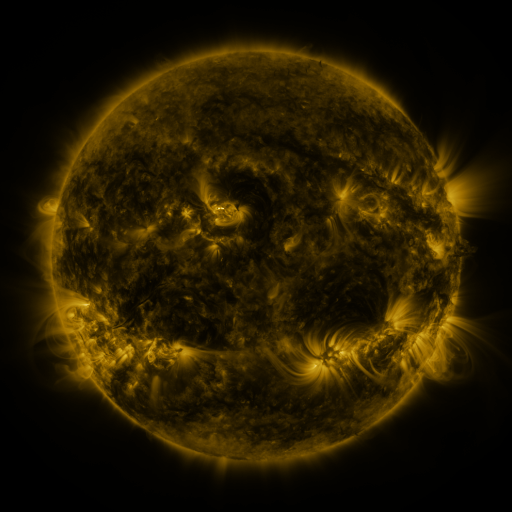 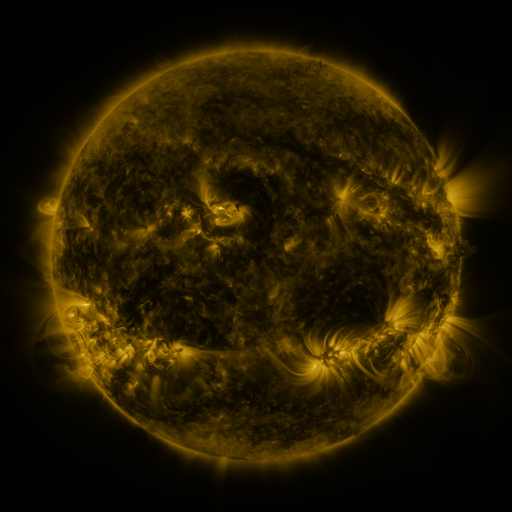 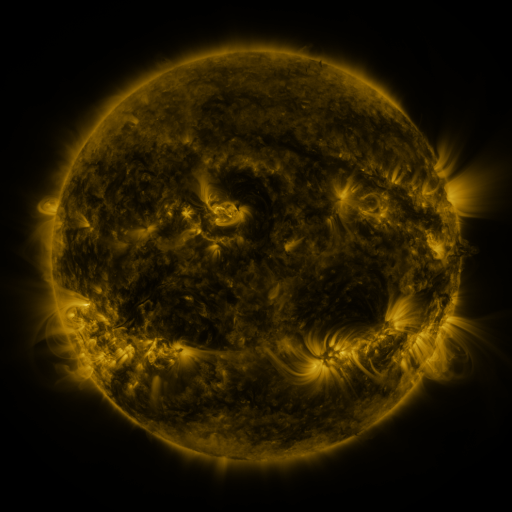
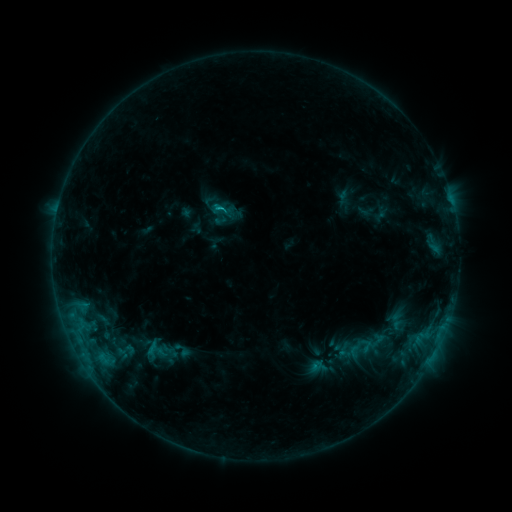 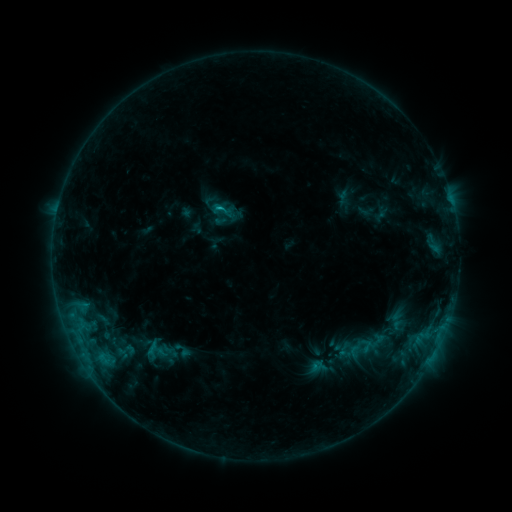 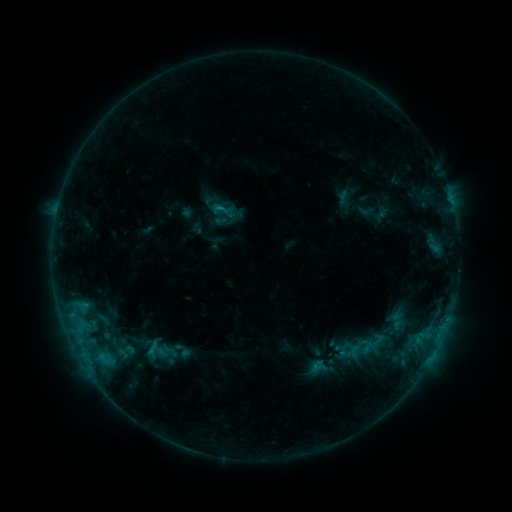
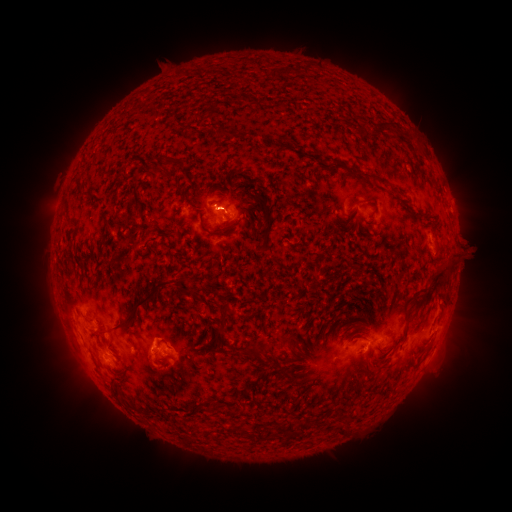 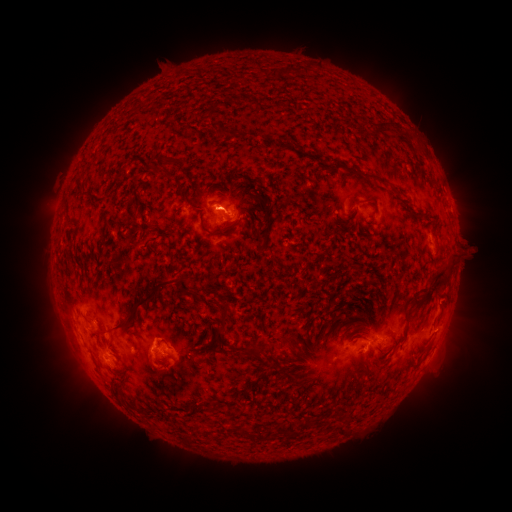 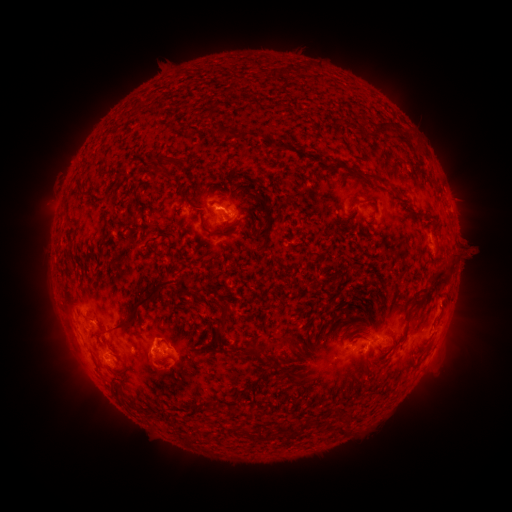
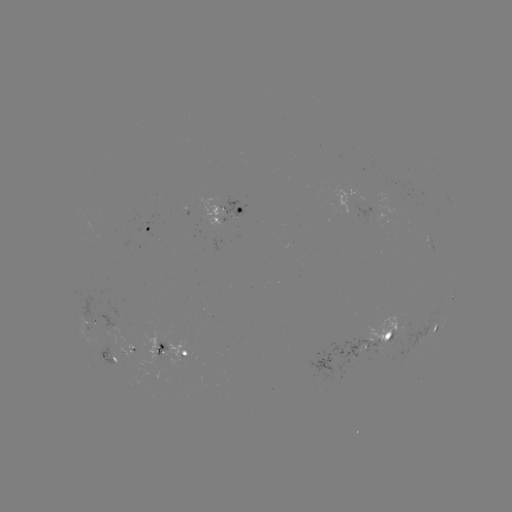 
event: eruption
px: (456, 294)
